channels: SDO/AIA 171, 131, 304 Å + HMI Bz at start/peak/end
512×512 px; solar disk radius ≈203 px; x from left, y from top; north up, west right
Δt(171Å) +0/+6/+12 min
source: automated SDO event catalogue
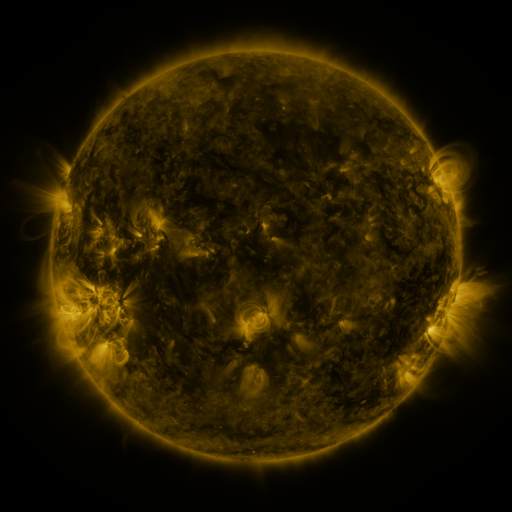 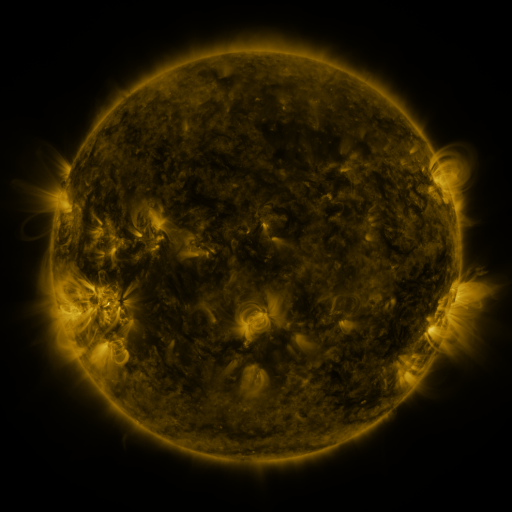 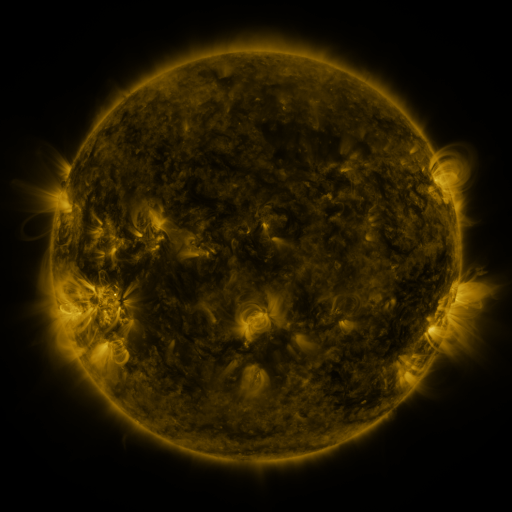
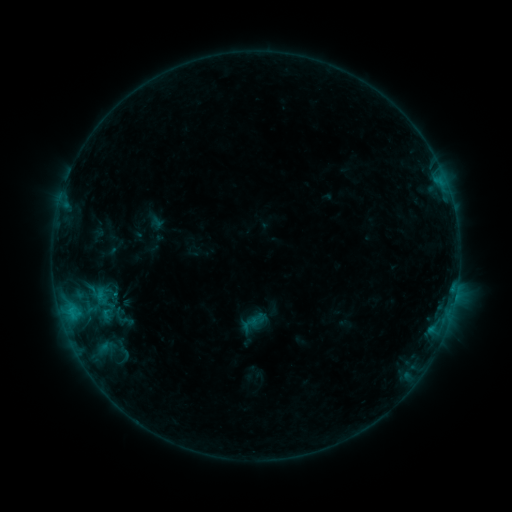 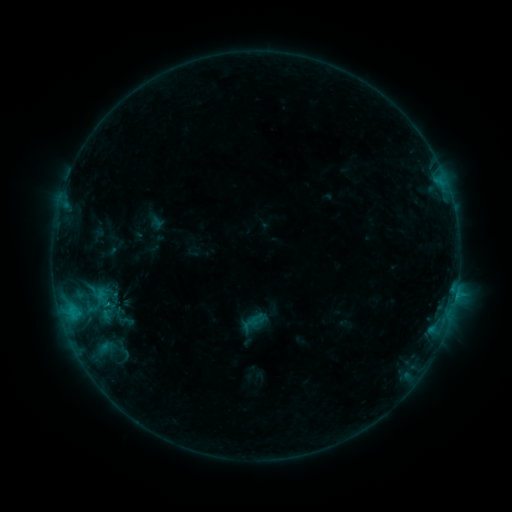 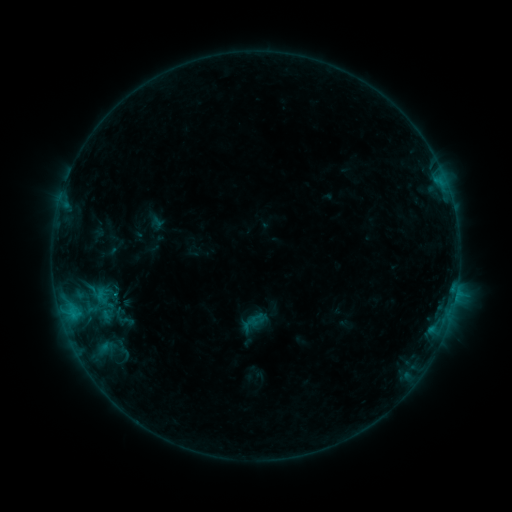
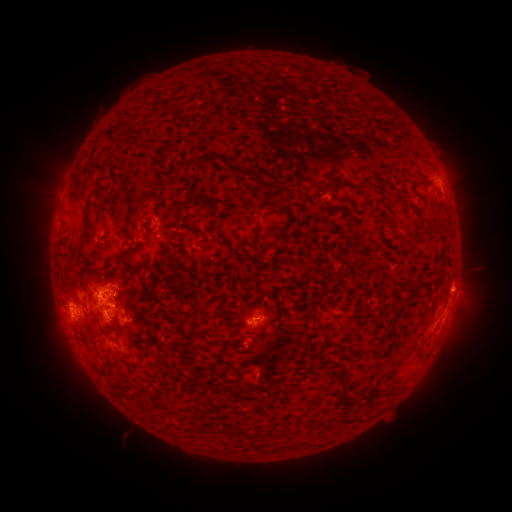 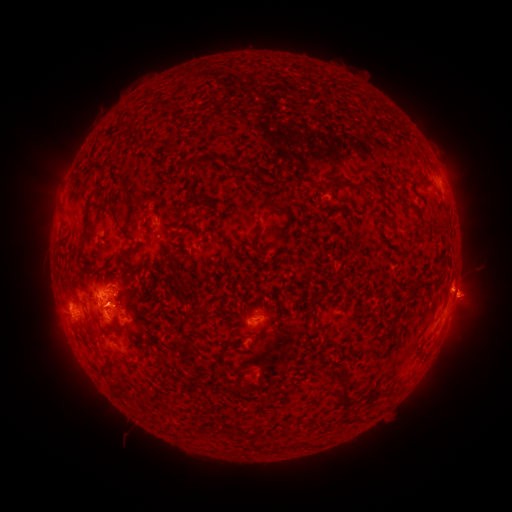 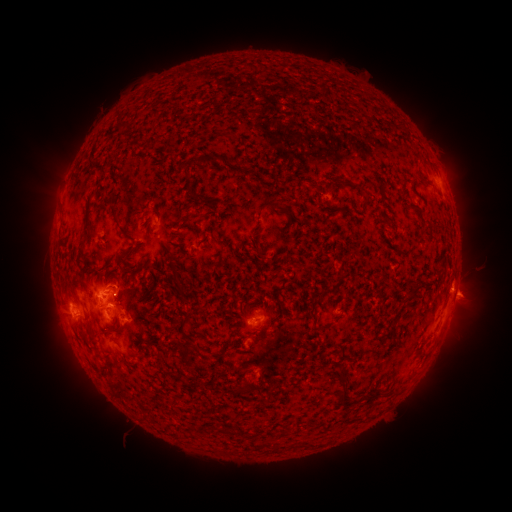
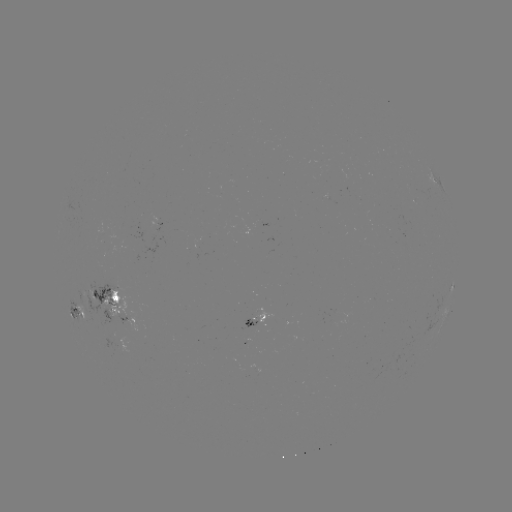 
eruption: (451, 272, 500, 324)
